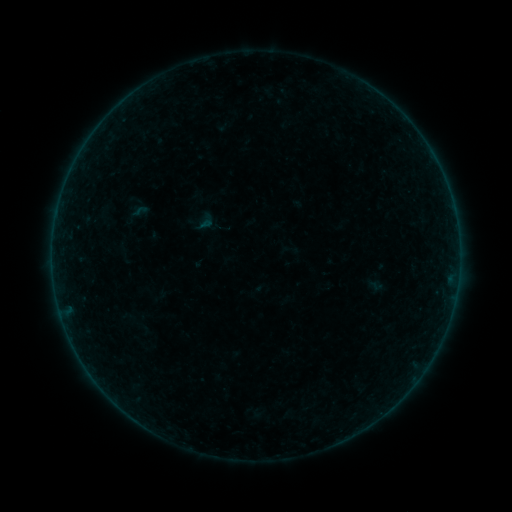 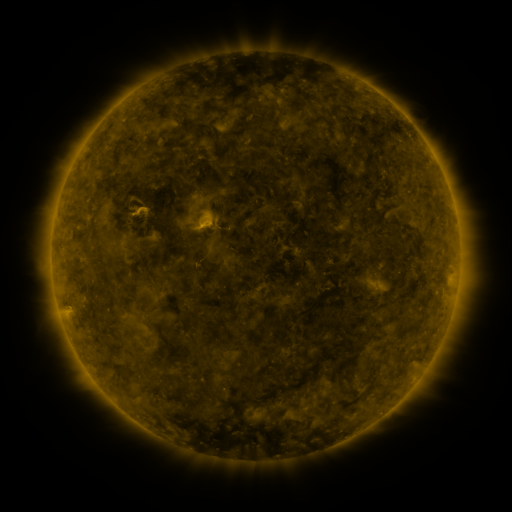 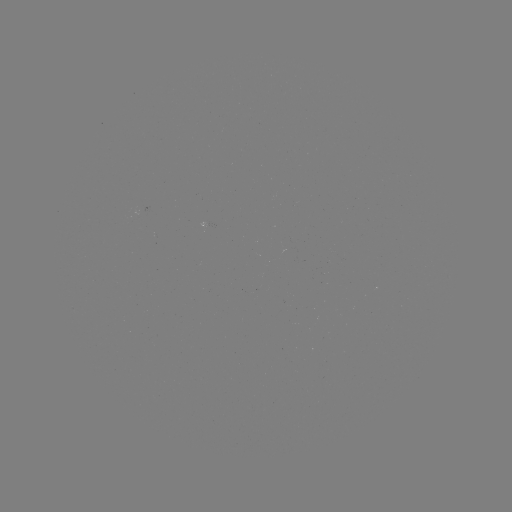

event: sigmoid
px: (140, 211)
